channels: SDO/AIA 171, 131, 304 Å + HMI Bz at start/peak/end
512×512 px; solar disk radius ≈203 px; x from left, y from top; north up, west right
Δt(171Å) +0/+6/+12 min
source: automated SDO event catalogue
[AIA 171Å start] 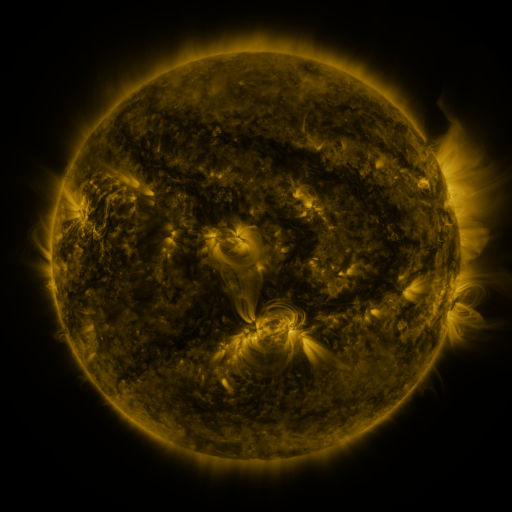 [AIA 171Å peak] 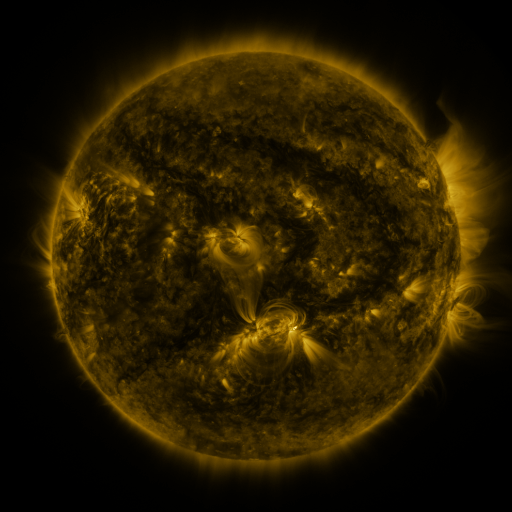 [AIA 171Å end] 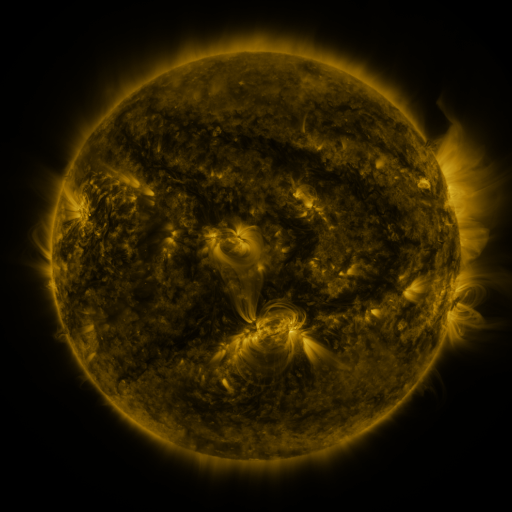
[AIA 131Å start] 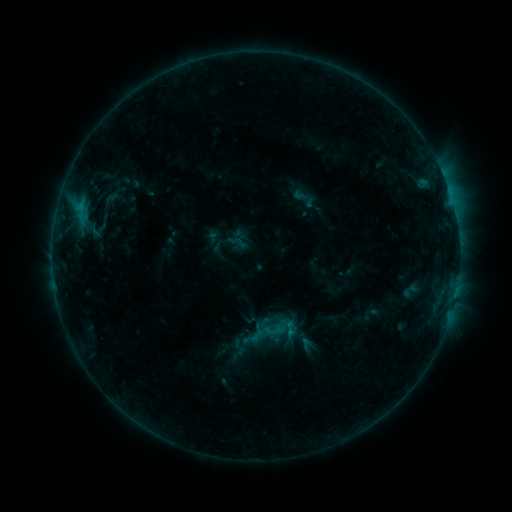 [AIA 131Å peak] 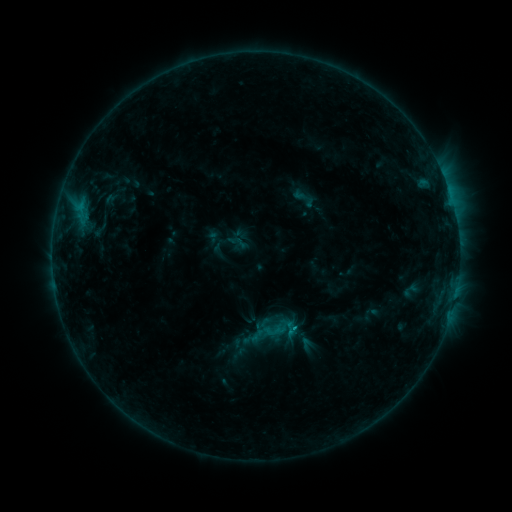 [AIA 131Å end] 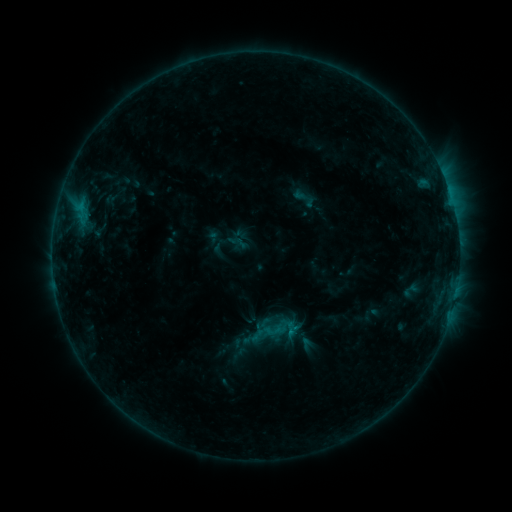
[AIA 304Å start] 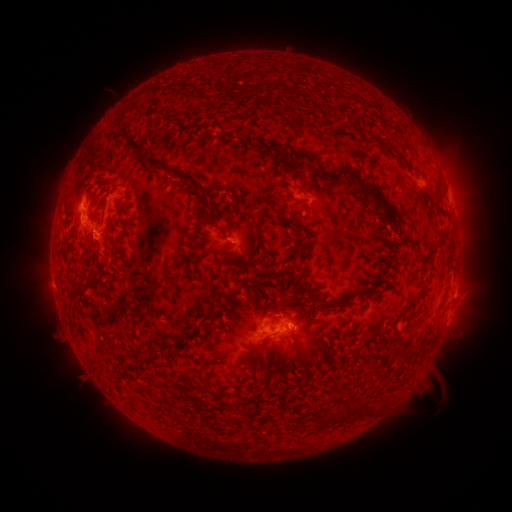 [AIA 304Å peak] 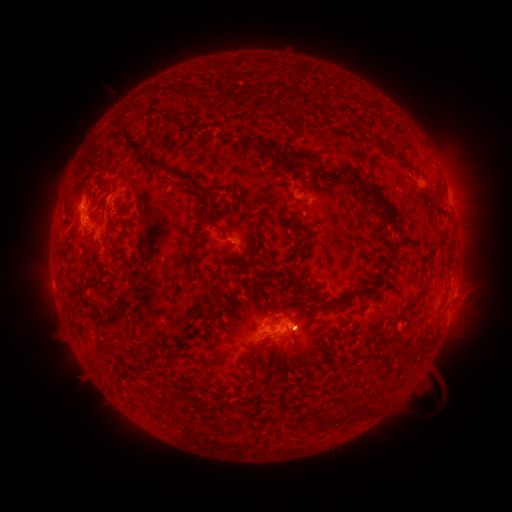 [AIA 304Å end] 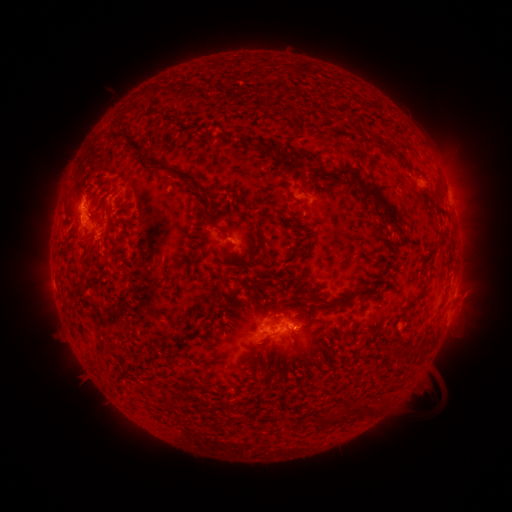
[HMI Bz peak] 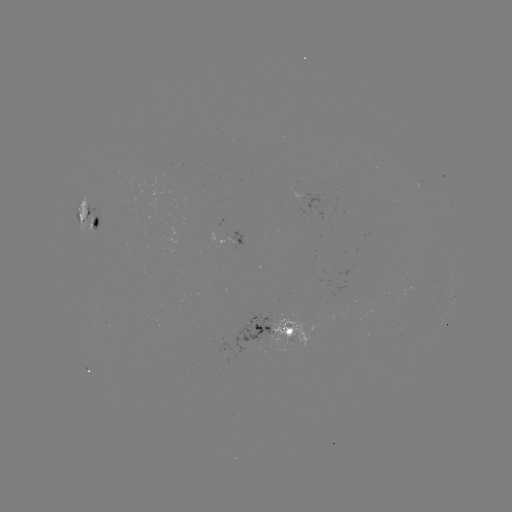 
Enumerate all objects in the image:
eruption: (303, 332)
